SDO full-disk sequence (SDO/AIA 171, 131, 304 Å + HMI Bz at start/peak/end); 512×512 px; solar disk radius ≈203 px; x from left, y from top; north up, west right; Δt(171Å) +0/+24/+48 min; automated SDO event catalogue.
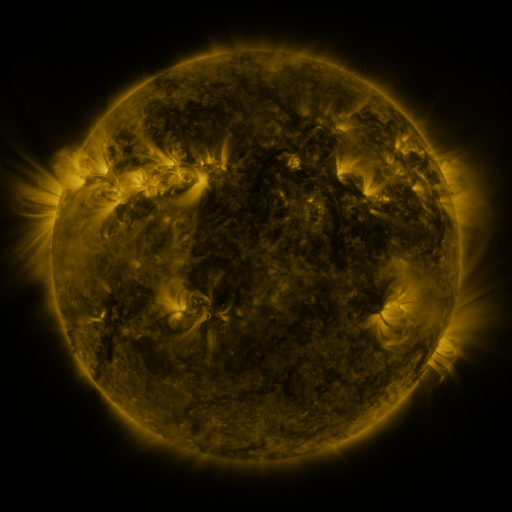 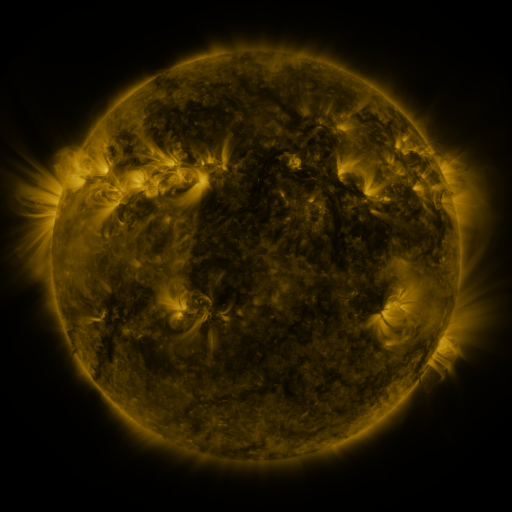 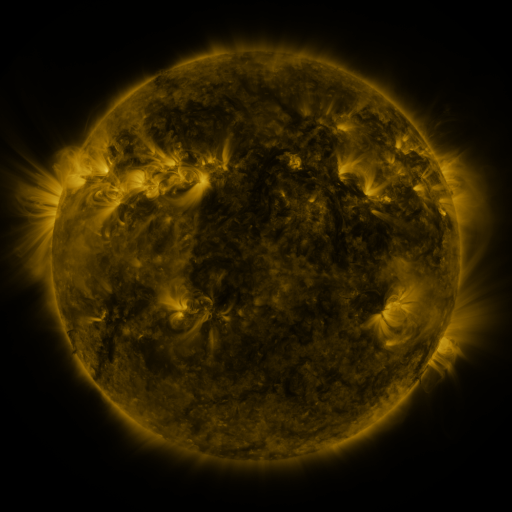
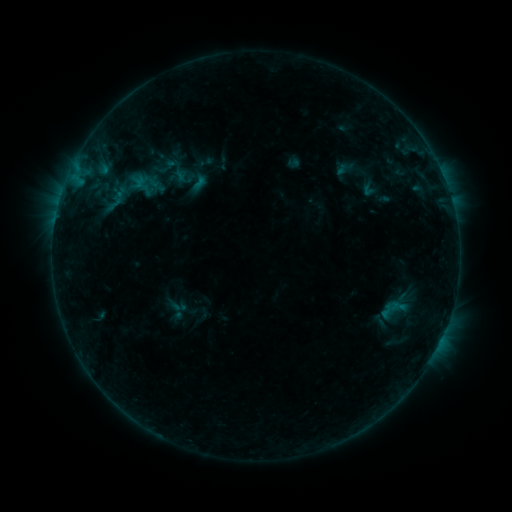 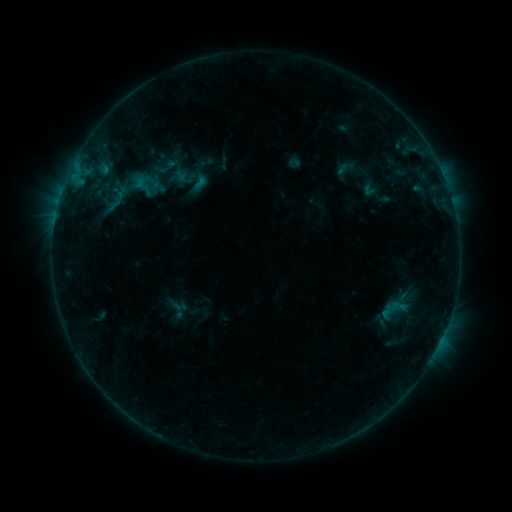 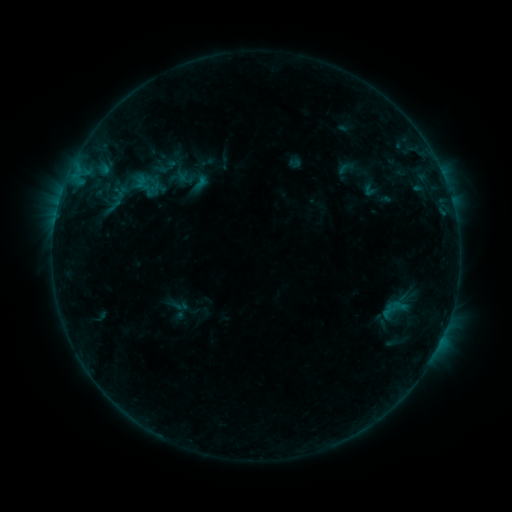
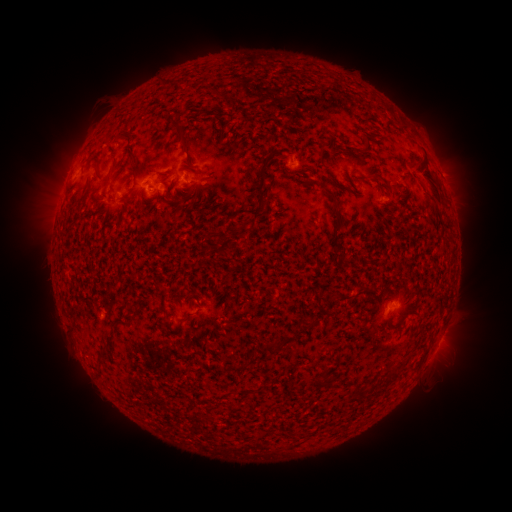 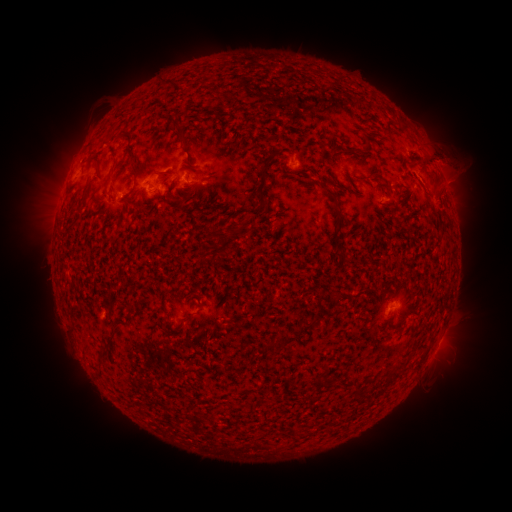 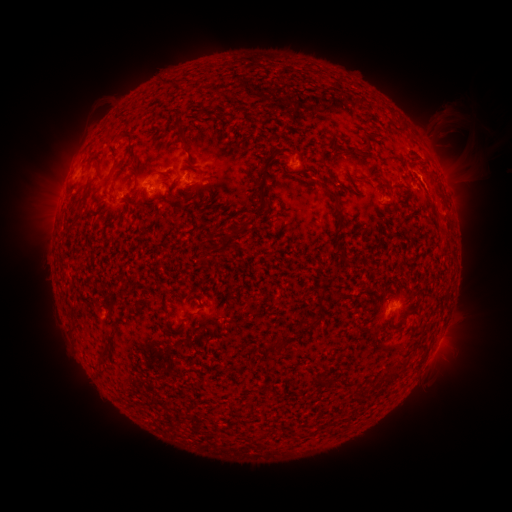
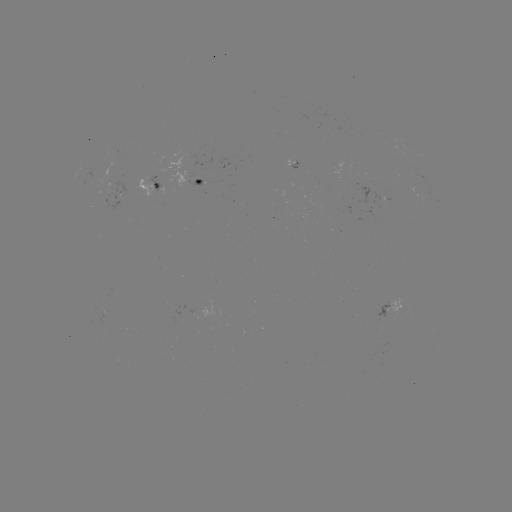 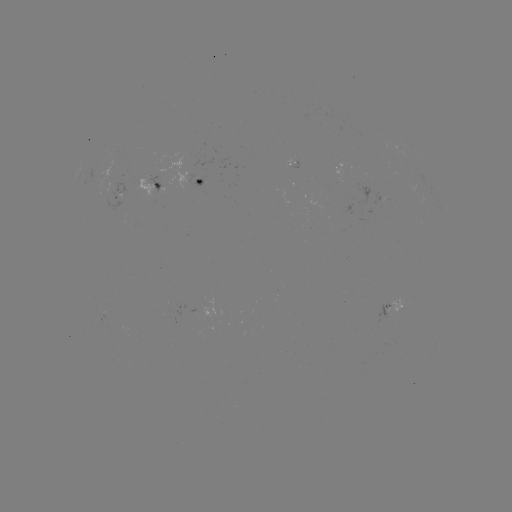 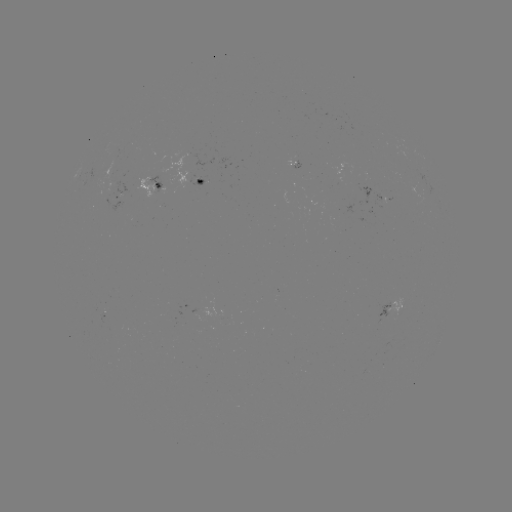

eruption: [410, 97, 496, 240]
